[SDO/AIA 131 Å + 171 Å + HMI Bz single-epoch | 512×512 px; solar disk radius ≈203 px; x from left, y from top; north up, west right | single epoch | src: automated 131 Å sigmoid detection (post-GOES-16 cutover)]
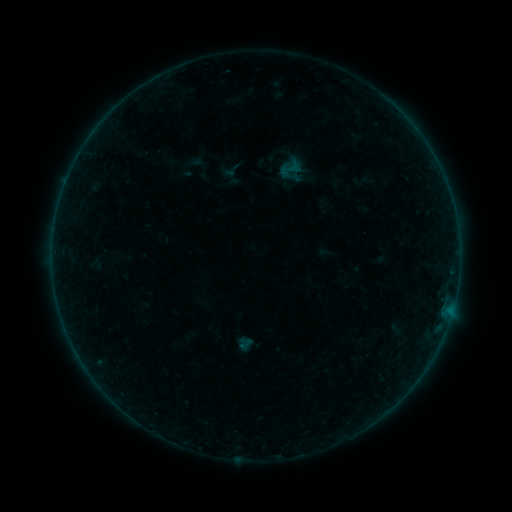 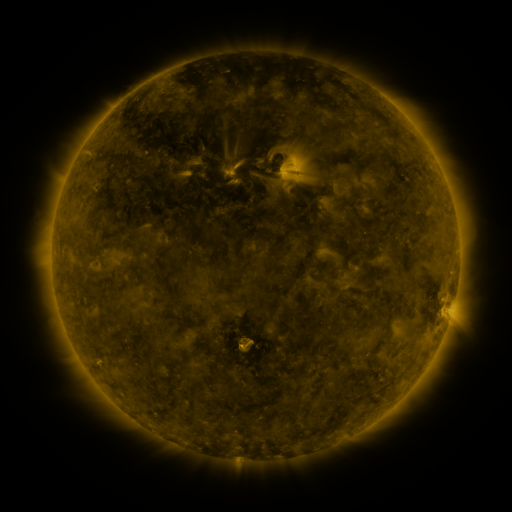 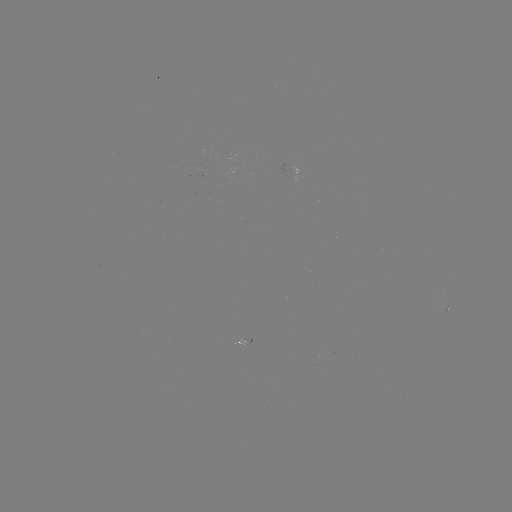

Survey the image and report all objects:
sigmoid: [279, 159, 303, 179]
sigmoid: [237, 335, 253, 351]
